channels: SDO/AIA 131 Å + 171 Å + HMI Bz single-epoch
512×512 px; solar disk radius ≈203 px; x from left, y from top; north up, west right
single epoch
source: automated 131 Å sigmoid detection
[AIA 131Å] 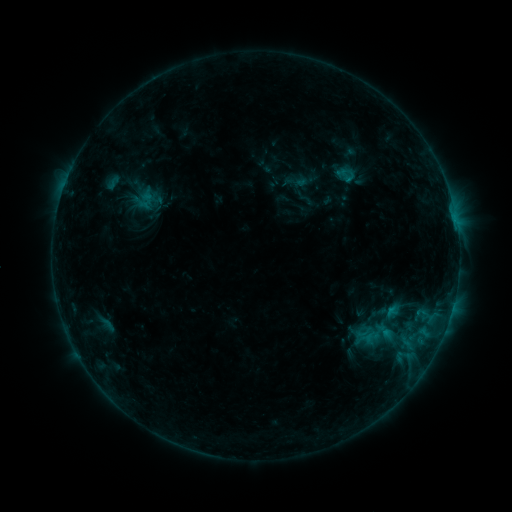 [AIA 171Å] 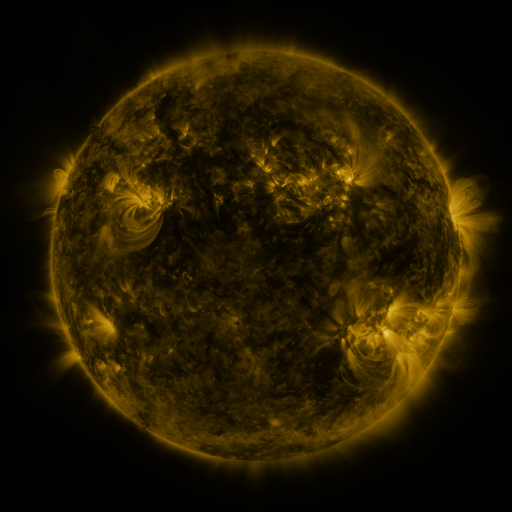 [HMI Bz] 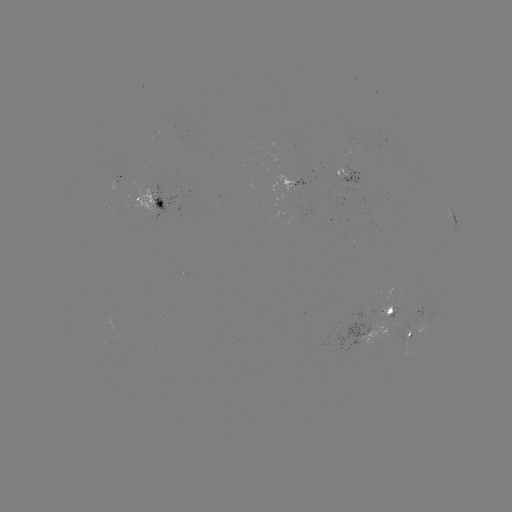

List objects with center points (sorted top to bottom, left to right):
sigmoid: <bbox>332, 163, 362, 187</bbox>
sigmoid: <bbox>354, 312, 394, 355</bbox>
